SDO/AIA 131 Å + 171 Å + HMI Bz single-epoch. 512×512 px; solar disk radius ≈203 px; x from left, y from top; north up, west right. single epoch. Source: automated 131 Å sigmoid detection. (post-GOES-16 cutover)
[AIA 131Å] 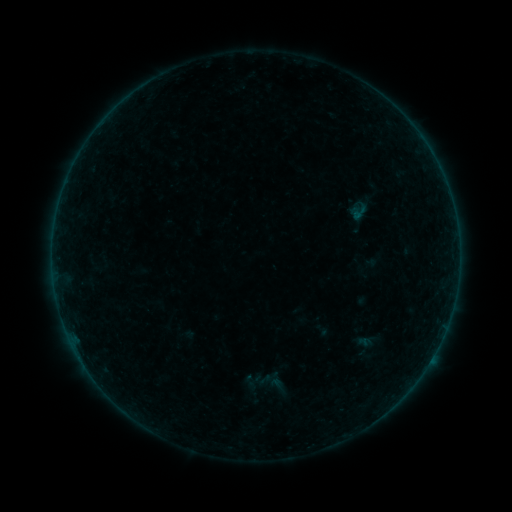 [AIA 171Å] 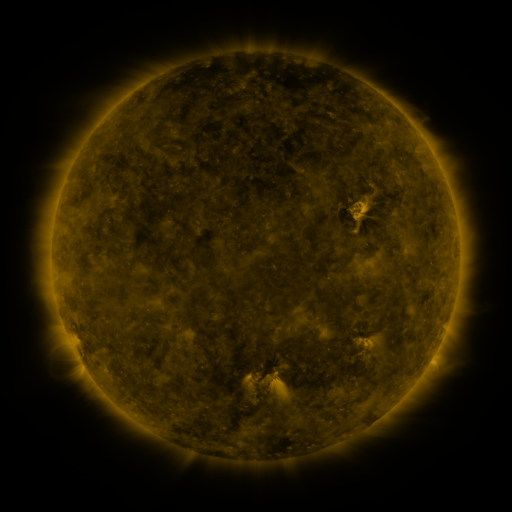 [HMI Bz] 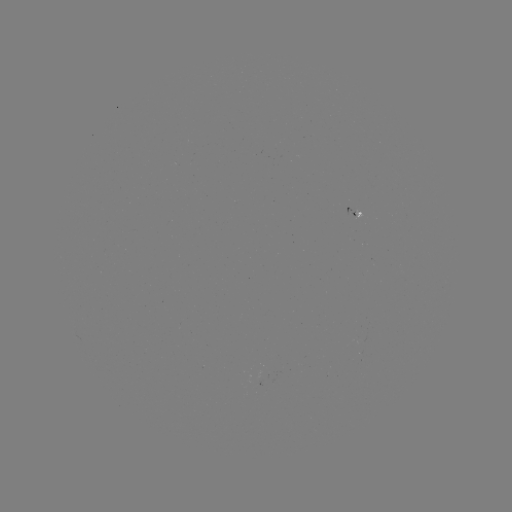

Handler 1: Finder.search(sigmoid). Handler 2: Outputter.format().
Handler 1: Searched sigmoid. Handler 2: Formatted (363, 346).